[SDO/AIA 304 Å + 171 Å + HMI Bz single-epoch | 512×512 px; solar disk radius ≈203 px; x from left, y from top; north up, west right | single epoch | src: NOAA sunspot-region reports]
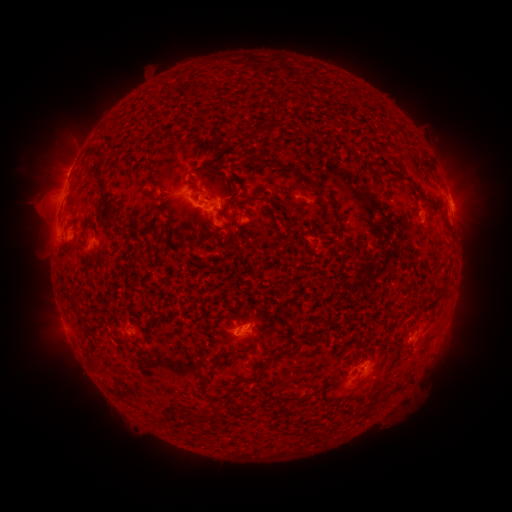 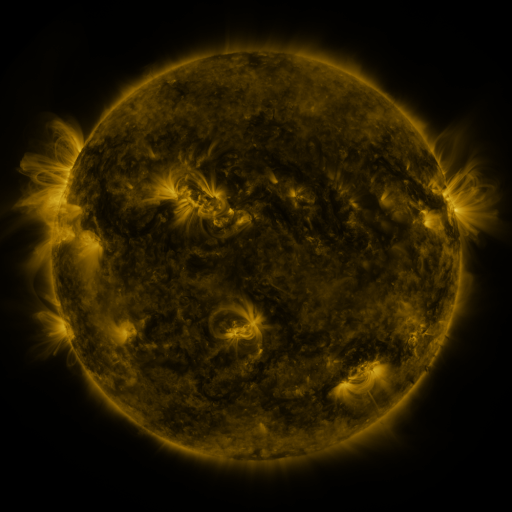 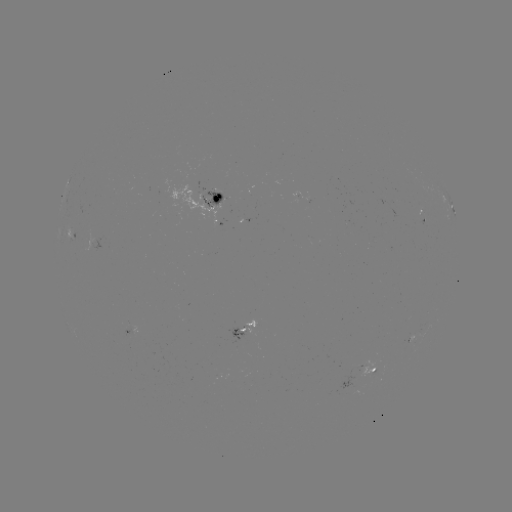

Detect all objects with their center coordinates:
spotted active region: (304, 199)
spotted active region: (216, 203)
spotted active region: (453, 208)
spotted active region: (71, 238)
spotted active region: (245, 333)
spotted active region: (376, 367)
